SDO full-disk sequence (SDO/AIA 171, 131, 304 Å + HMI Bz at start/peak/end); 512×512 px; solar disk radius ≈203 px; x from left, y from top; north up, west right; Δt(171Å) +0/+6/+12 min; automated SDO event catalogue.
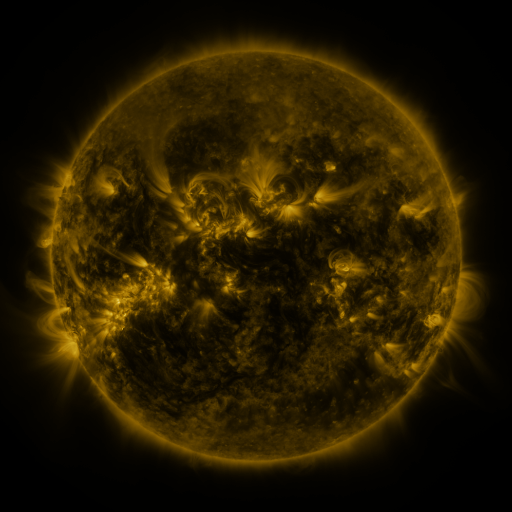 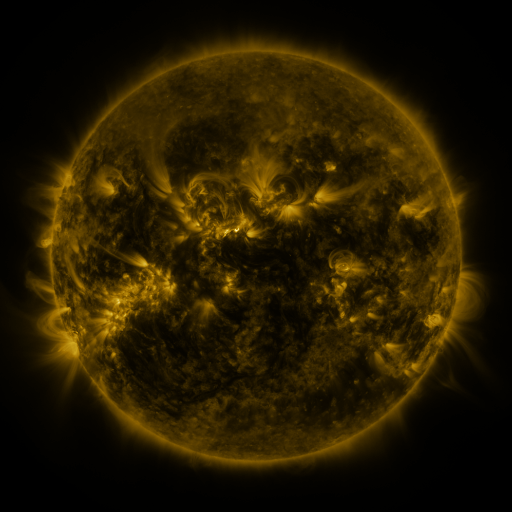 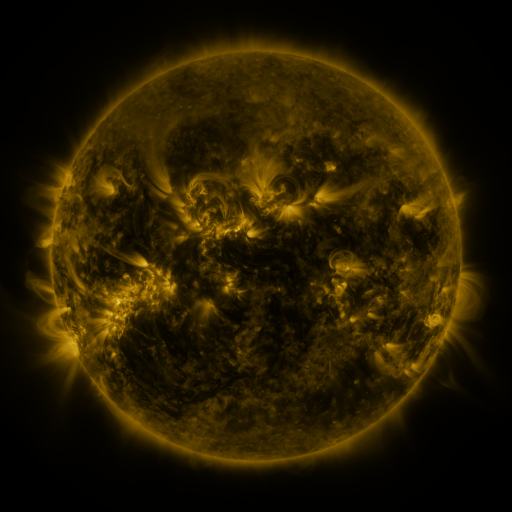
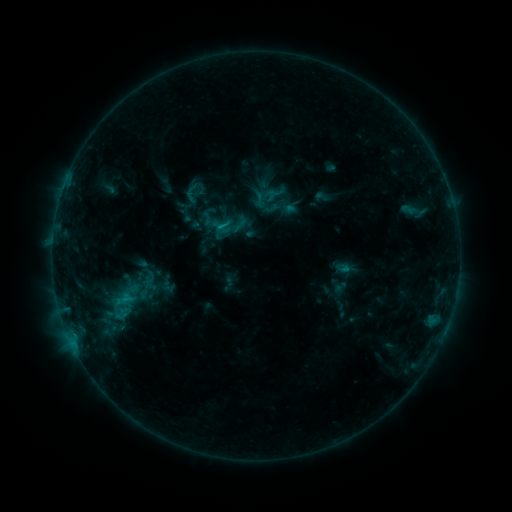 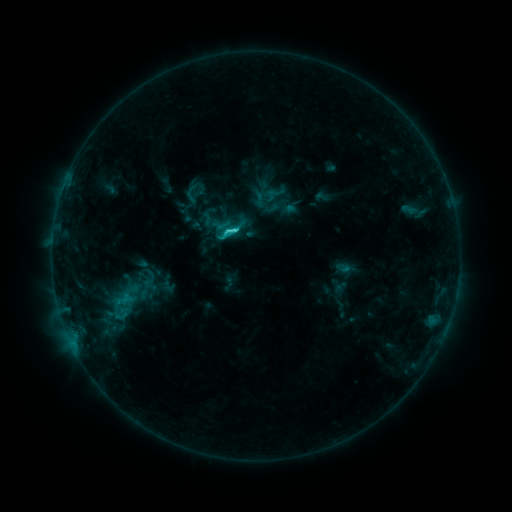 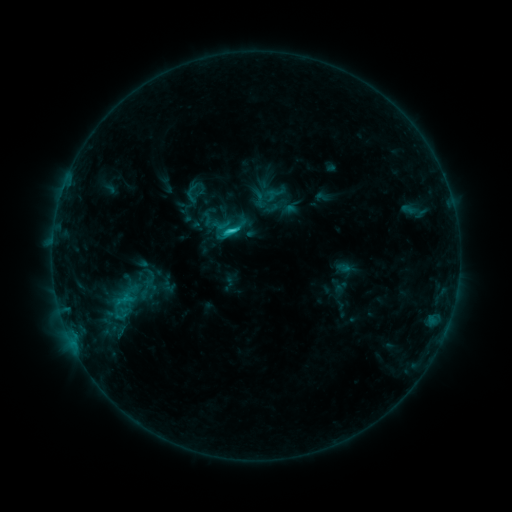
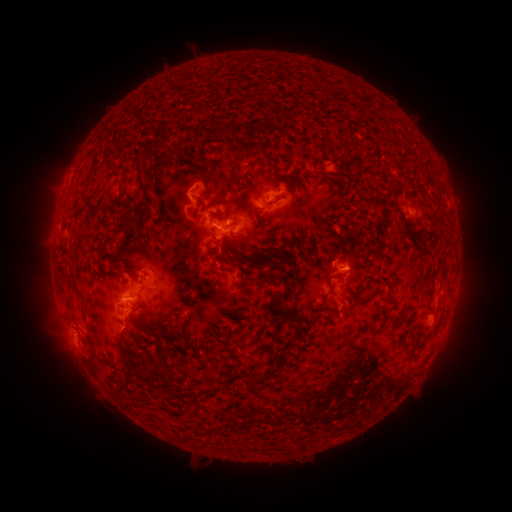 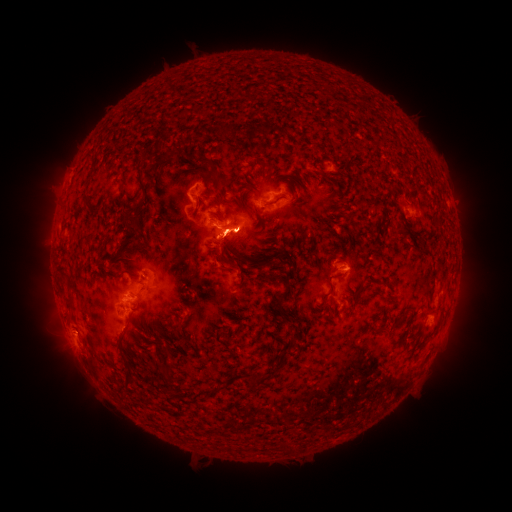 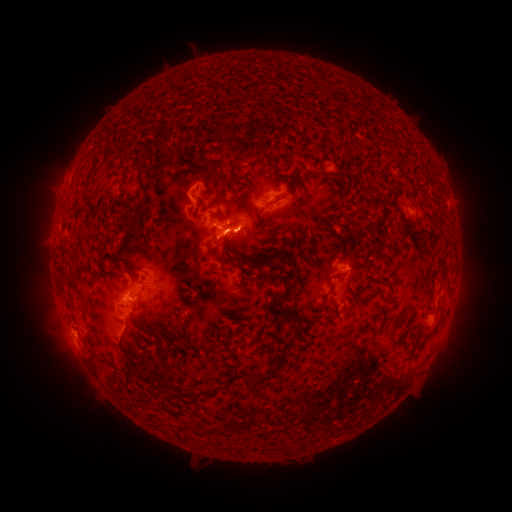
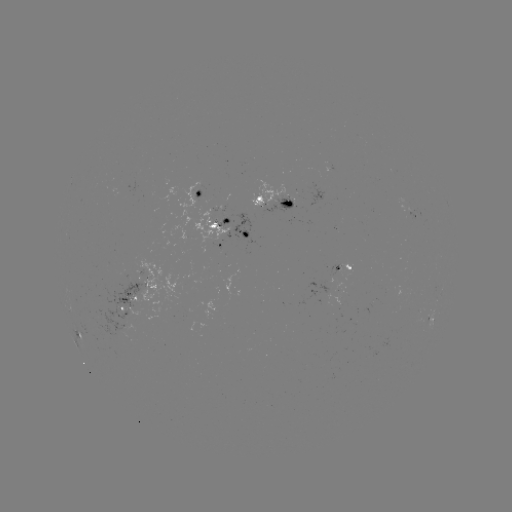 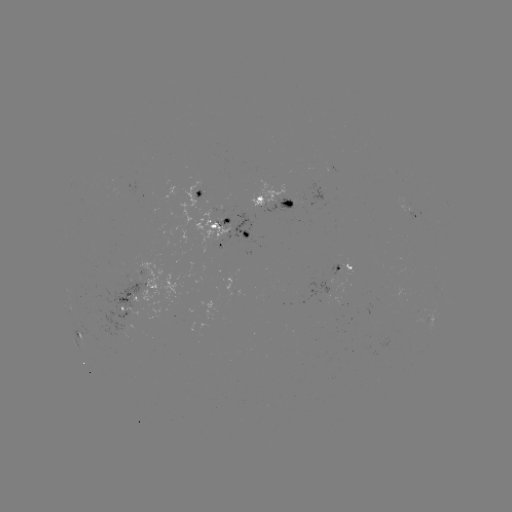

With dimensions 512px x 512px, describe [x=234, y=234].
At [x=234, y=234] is C3.1 flare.